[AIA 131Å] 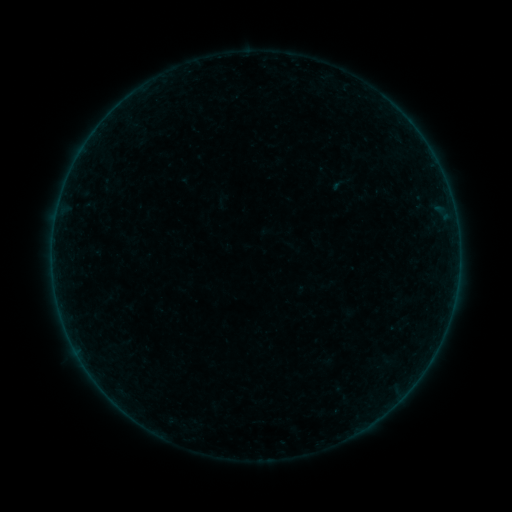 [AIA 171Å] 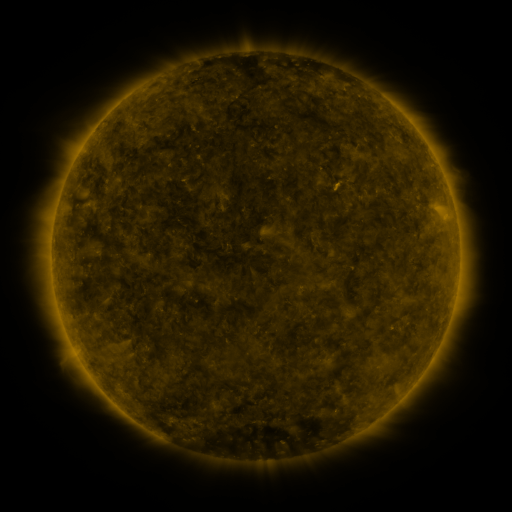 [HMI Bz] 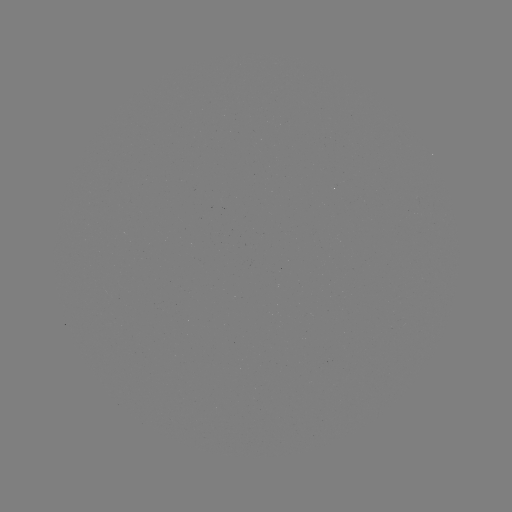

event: sigmoid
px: (341, 183)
